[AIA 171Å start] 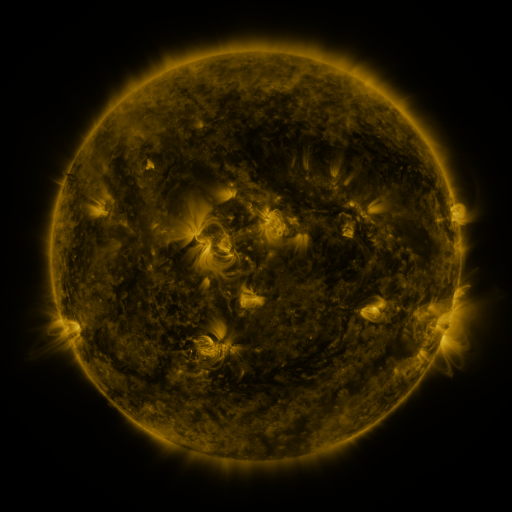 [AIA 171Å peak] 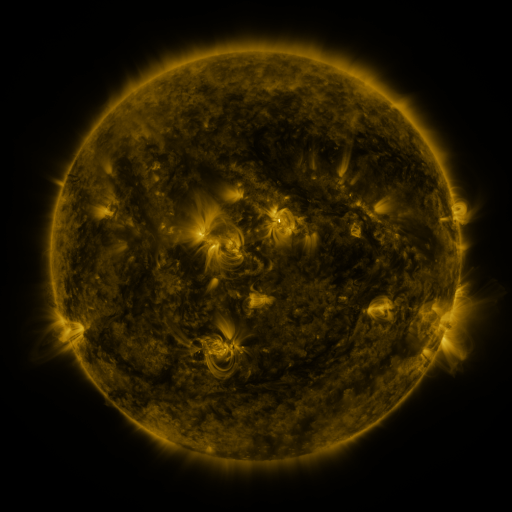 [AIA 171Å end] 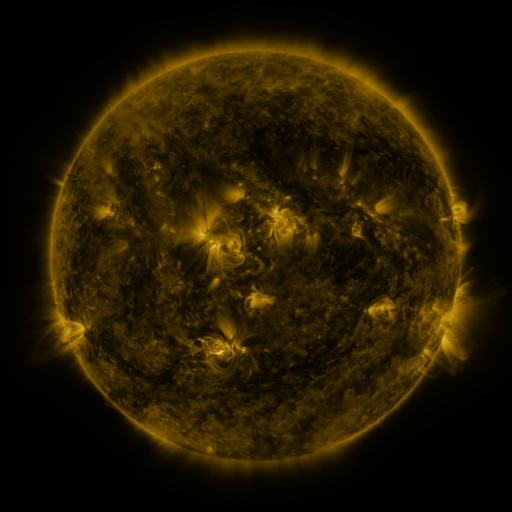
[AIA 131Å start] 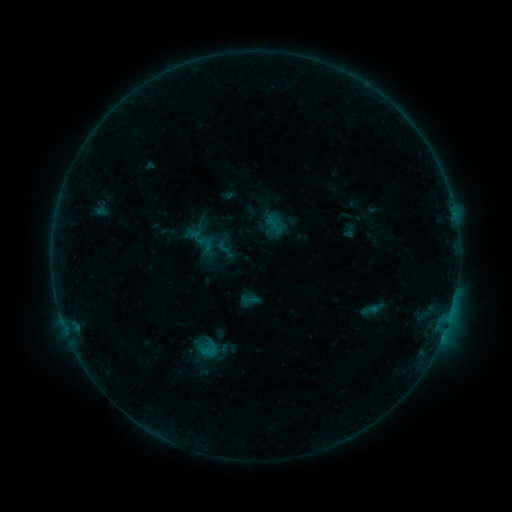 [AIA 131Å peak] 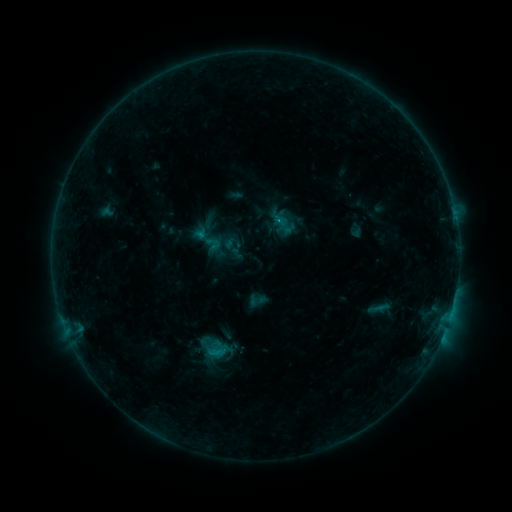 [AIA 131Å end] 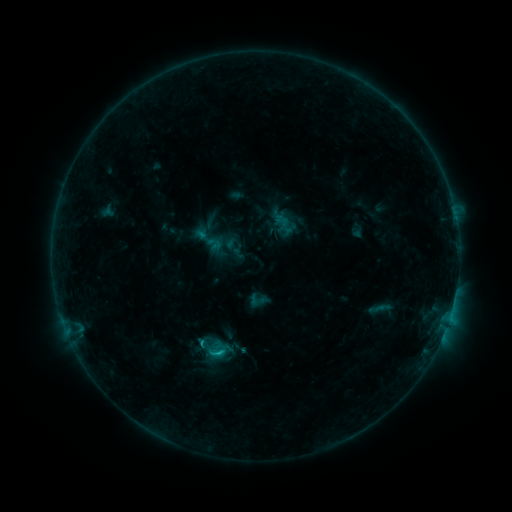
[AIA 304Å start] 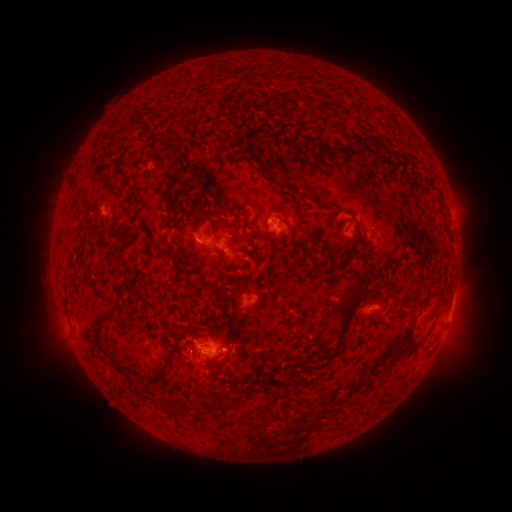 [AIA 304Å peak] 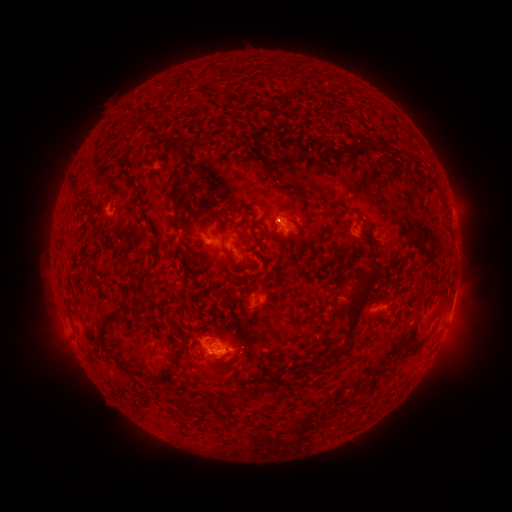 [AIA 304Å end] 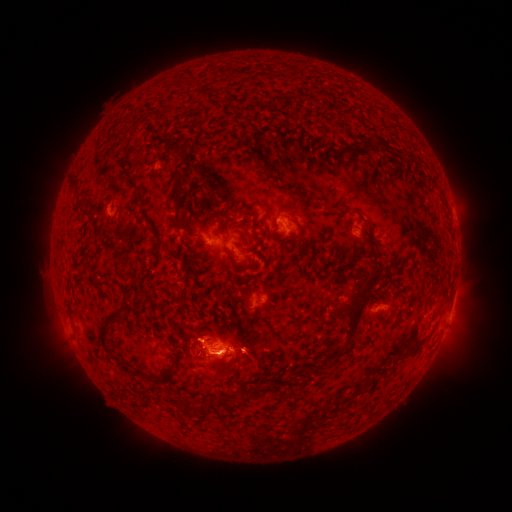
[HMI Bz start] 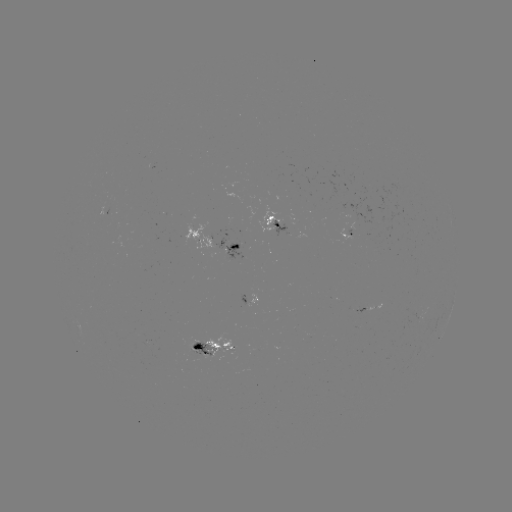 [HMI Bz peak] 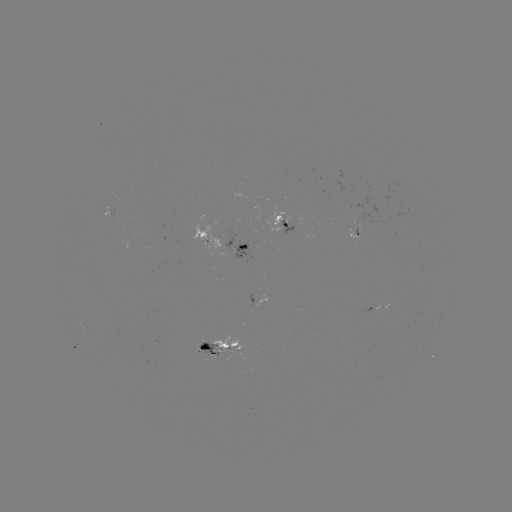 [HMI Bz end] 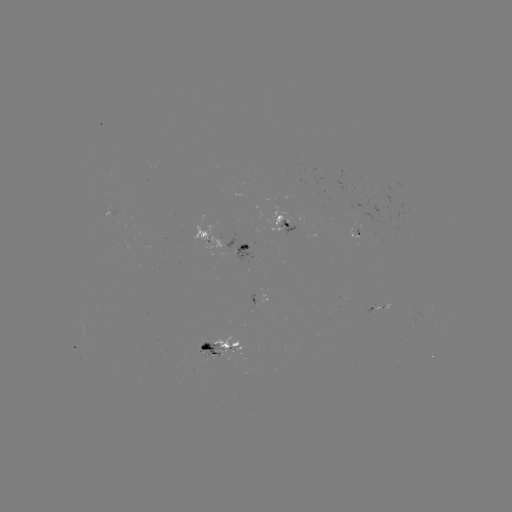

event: emerging-flux region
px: (204, 345)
